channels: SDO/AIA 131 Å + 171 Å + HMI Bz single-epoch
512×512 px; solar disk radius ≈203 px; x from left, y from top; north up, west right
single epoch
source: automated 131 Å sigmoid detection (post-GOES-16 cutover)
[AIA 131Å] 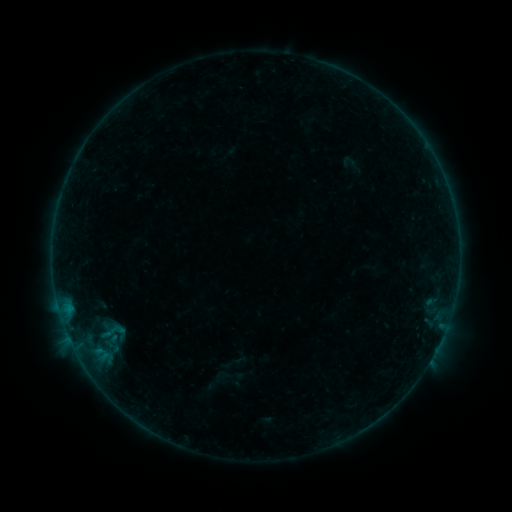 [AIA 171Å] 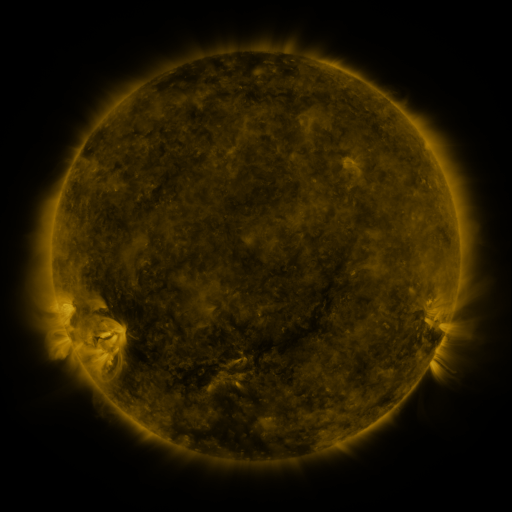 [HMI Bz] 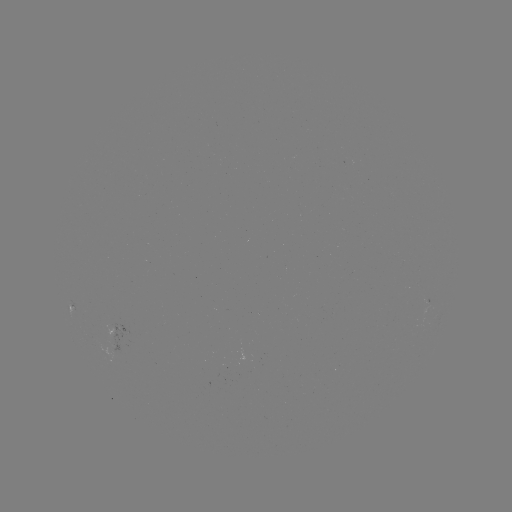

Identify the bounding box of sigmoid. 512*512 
[91, 317, 135, 345].